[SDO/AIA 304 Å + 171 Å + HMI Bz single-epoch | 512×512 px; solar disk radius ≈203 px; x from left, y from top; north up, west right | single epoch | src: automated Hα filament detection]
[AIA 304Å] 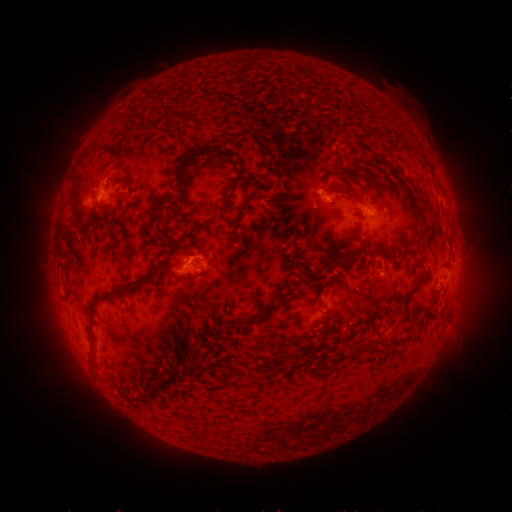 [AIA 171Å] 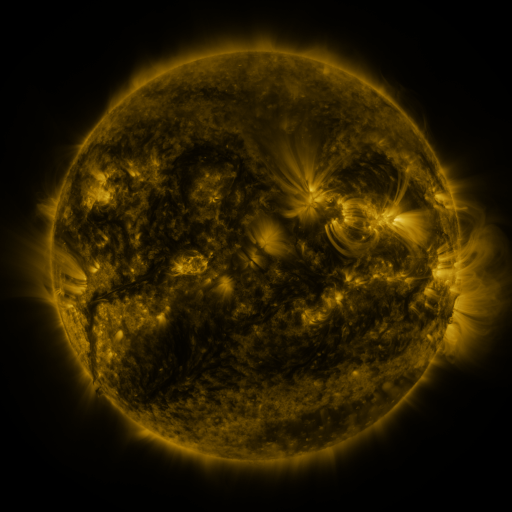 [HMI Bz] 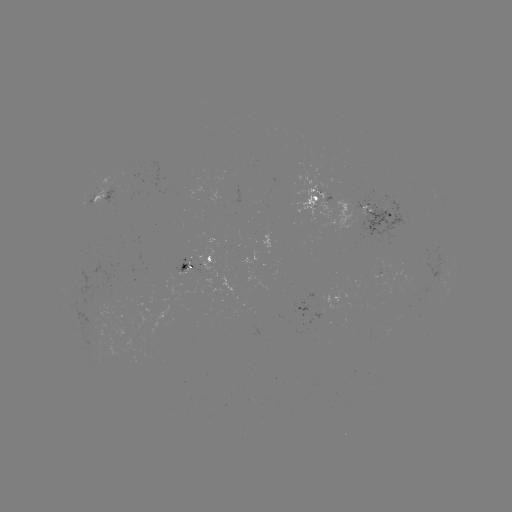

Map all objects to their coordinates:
filament: (221, 97)
filament: (173, 119)
filament: (192, 121)
filament: (227, 153)
filament: (118, 160)
filament: (363, 171)
filament: (177, 179)
filament: (225, 193)
filament: (246, 195)
filament: (76, 198)
filament: (104, 212)
filament: (268, 212)
filament: (159, 227)
filament: (355, 233)
filament: (260, 234)
filament: (349, 259)
filament: (303, 265)
filament: (128, 287)
filament: (315, 289)
filament: (271, 309)
filament: (226, 323)
filament: (367, 345)
filament: (94, 346)
filament: (356, 349)
filament: (197, 350)
filament: (195, 363)
